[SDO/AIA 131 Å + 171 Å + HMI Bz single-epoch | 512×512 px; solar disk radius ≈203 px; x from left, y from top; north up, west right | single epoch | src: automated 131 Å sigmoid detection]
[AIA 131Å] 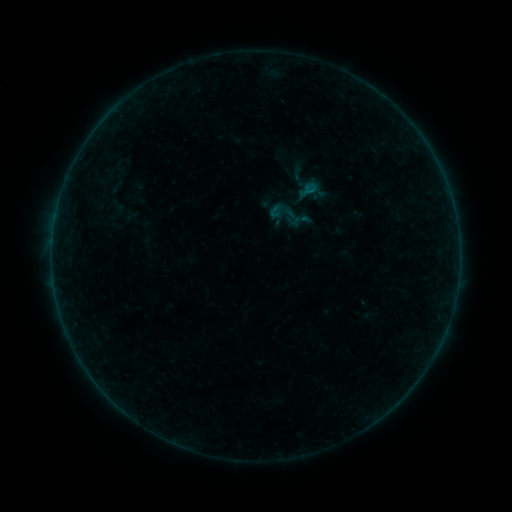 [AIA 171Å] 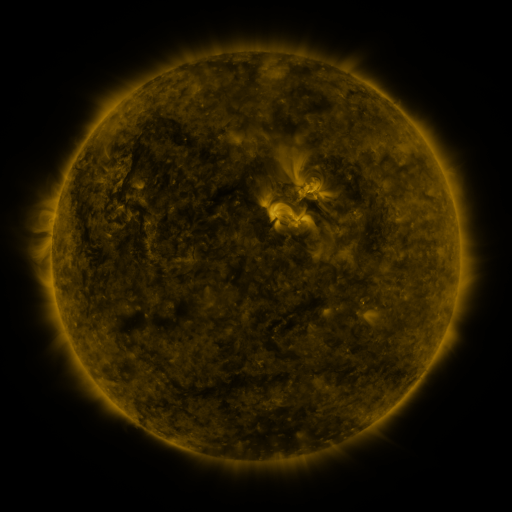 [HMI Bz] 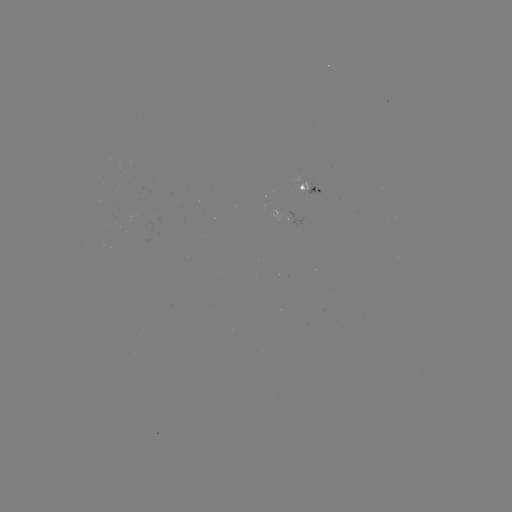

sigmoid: [265, 194, 305, 235]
